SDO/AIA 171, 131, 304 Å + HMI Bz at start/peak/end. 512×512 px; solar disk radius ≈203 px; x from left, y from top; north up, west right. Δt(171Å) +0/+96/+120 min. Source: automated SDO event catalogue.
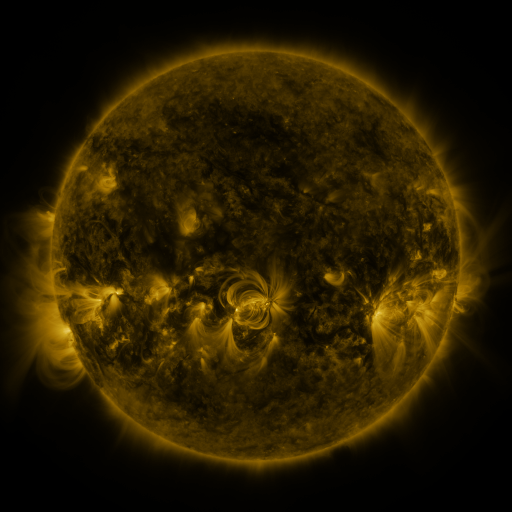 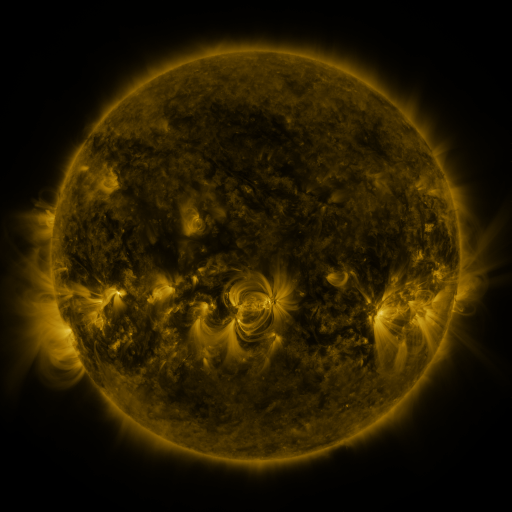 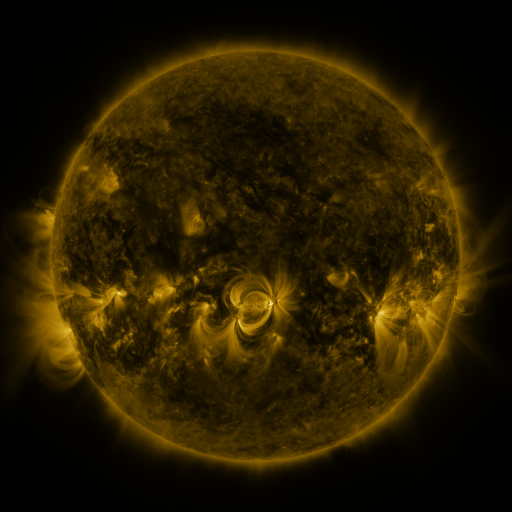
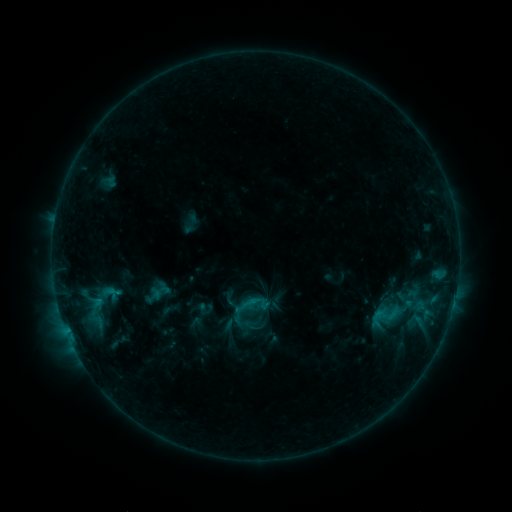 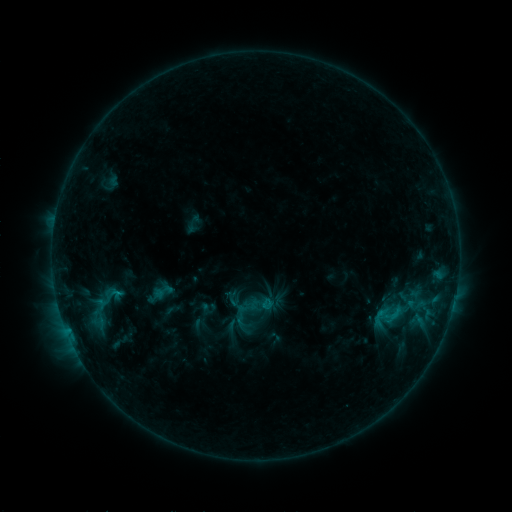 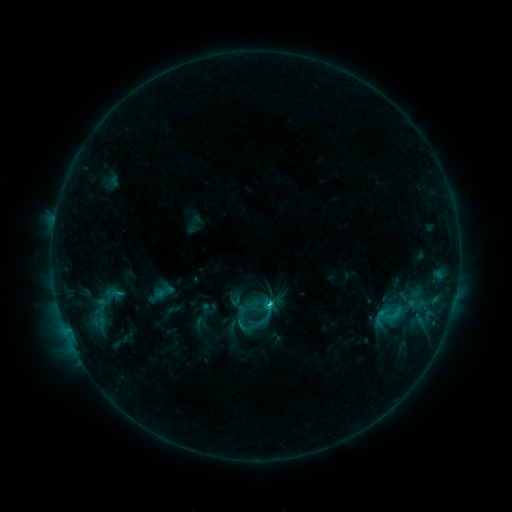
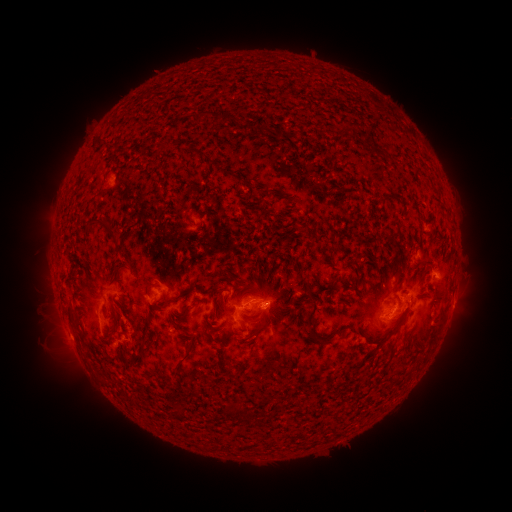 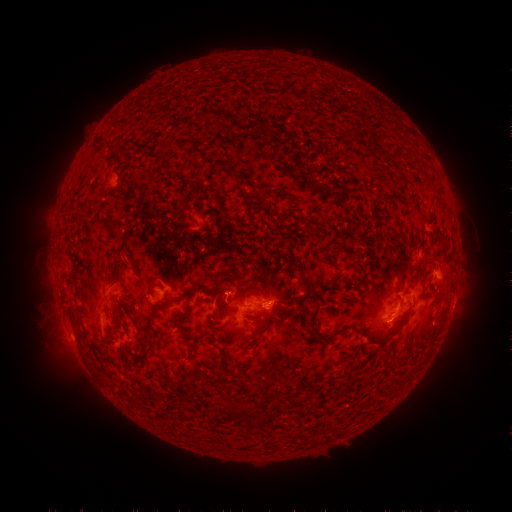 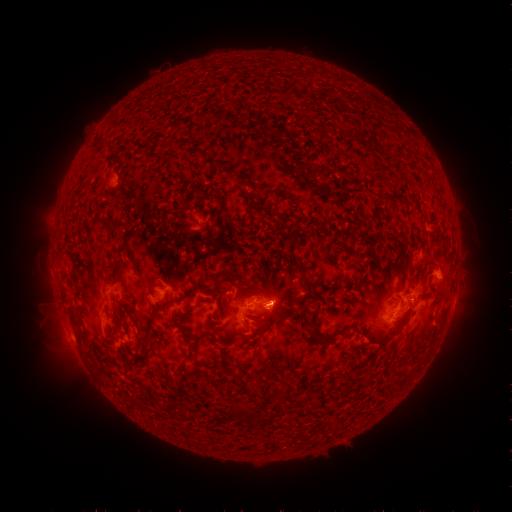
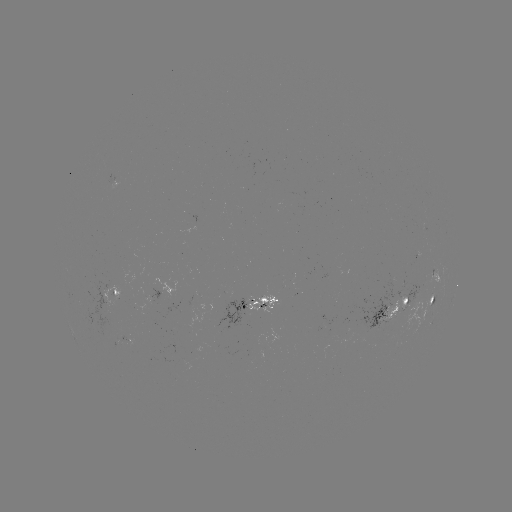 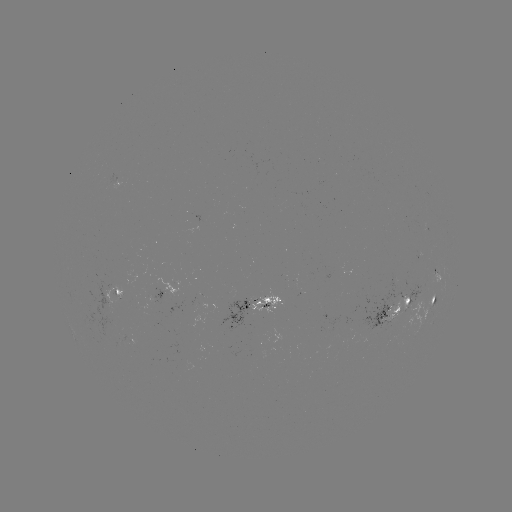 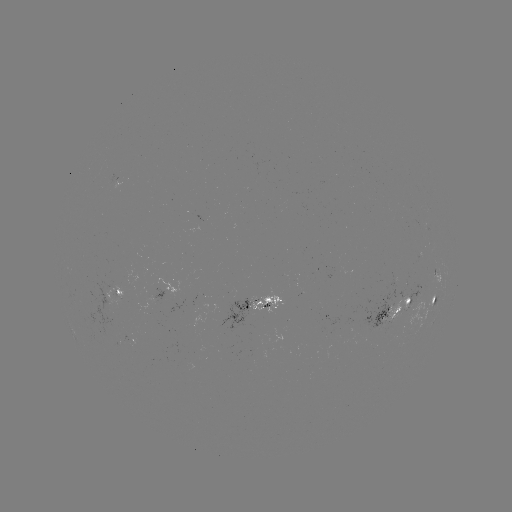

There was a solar emerging-flux region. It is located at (393, 319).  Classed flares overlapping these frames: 1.